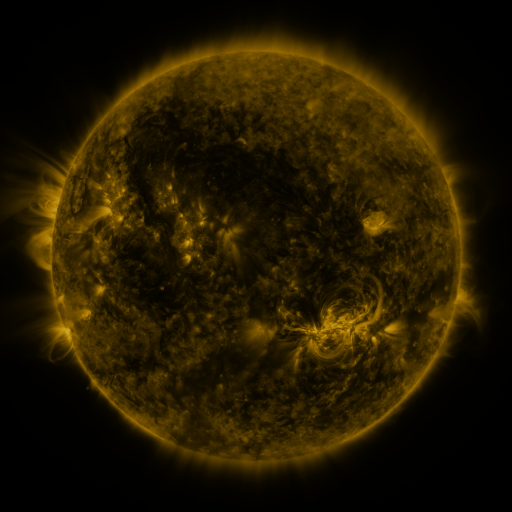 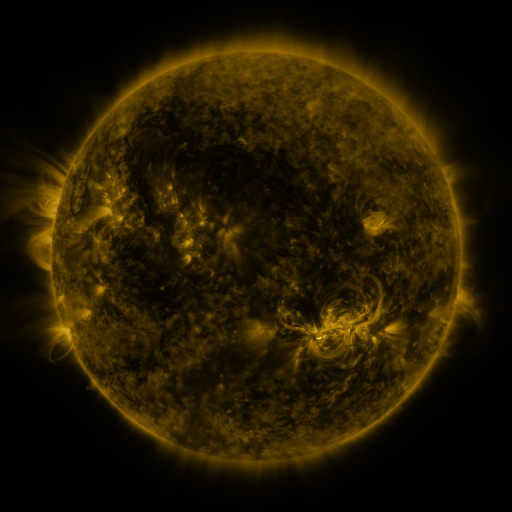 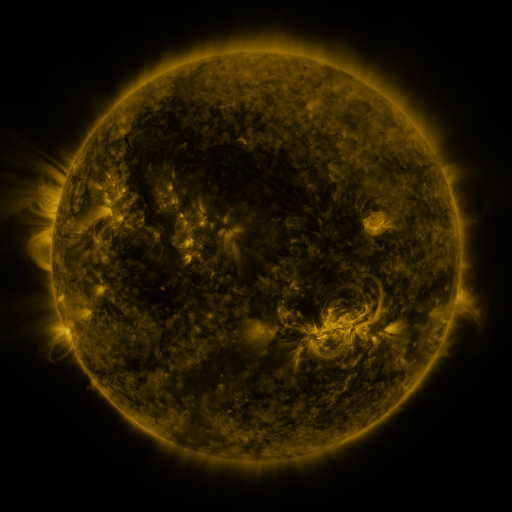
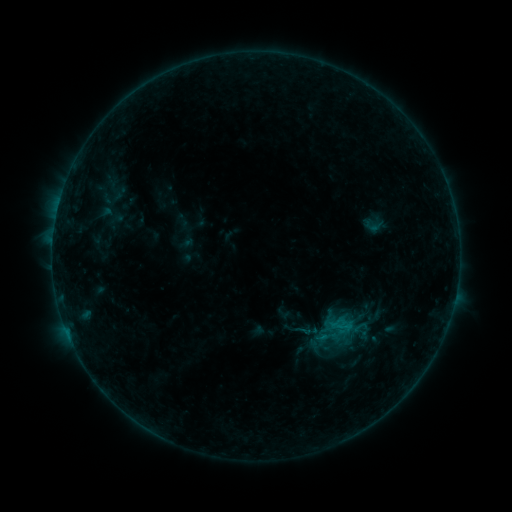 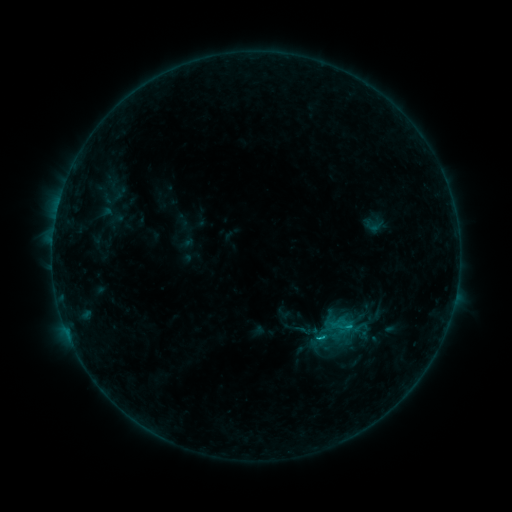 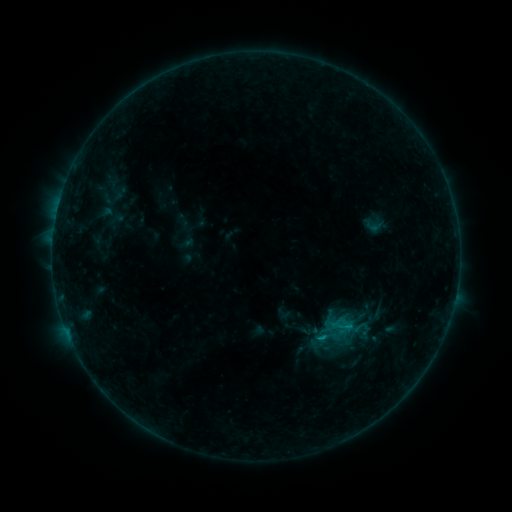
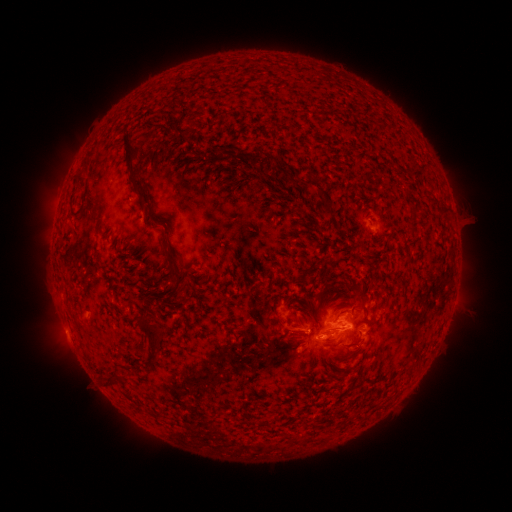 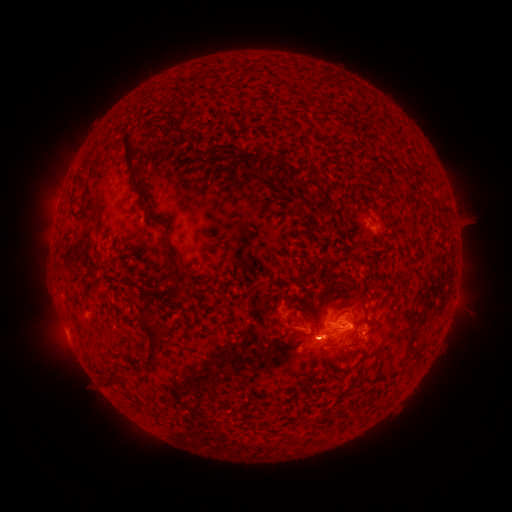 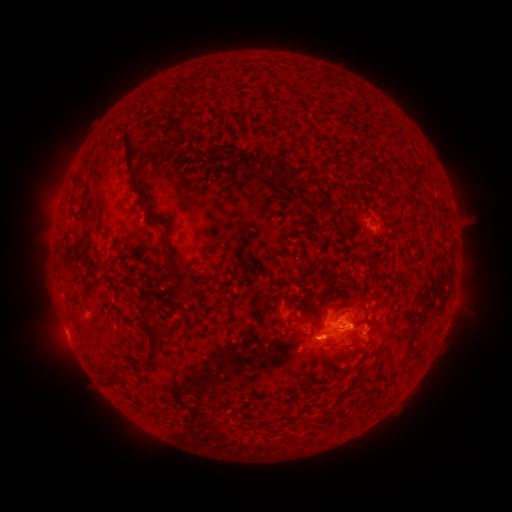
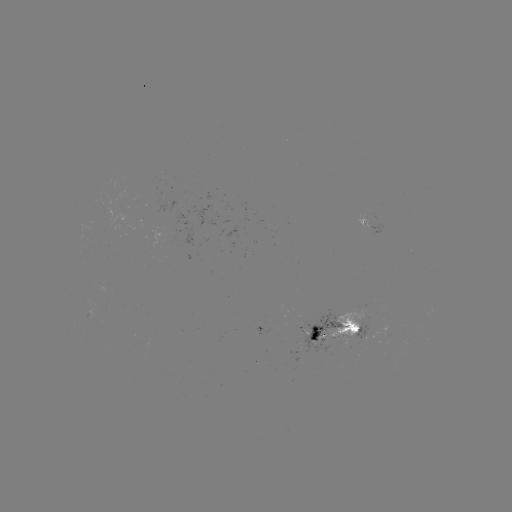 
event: flare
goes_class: B9.5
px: (316, 337)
